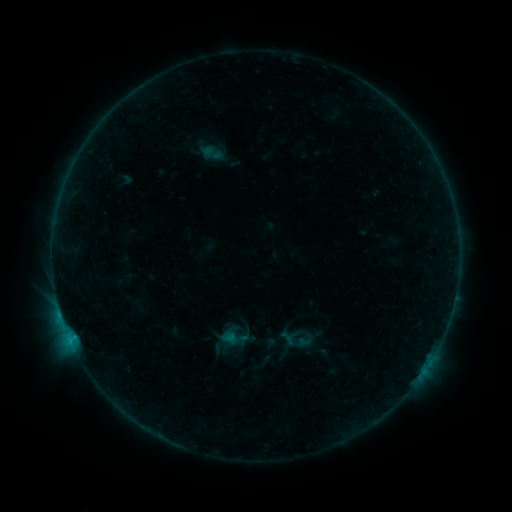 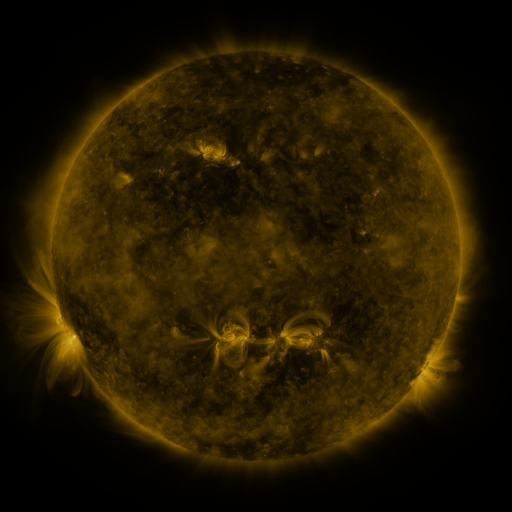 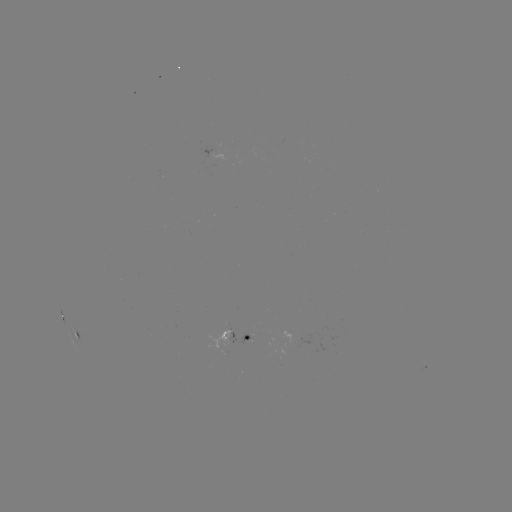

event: sigmoid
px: (305, 340)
